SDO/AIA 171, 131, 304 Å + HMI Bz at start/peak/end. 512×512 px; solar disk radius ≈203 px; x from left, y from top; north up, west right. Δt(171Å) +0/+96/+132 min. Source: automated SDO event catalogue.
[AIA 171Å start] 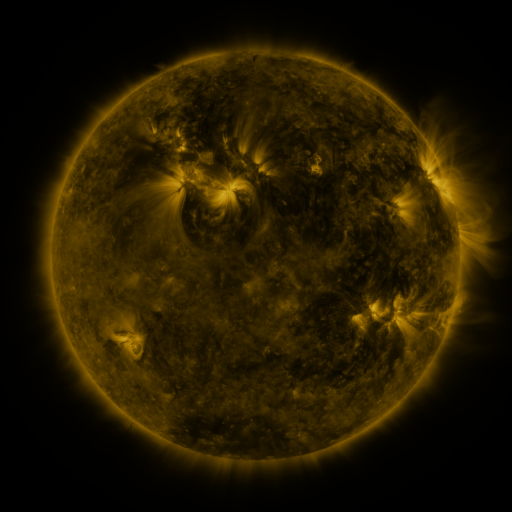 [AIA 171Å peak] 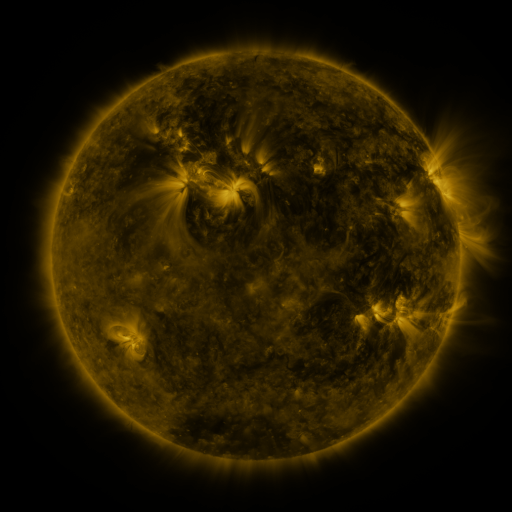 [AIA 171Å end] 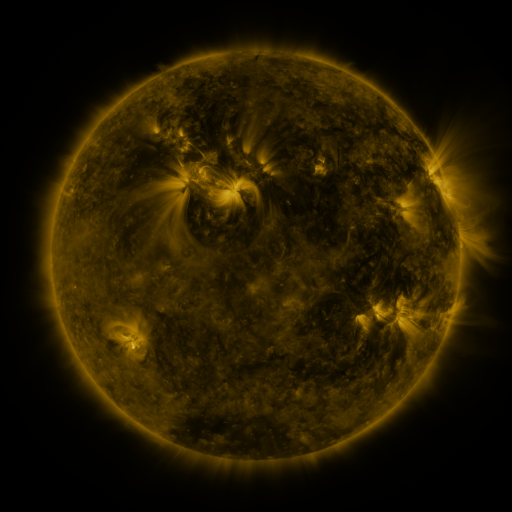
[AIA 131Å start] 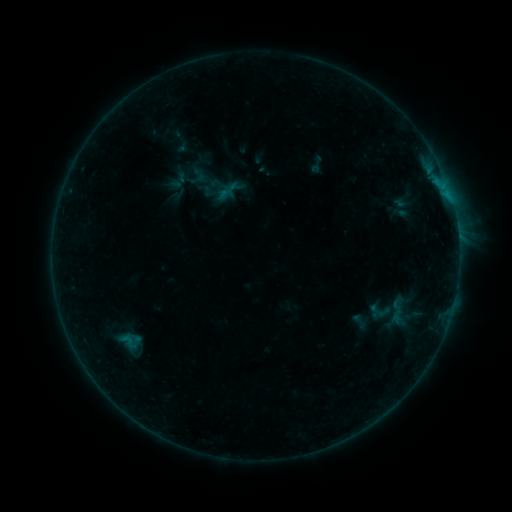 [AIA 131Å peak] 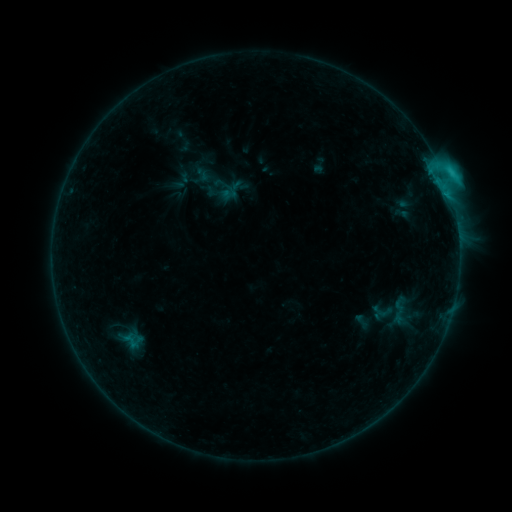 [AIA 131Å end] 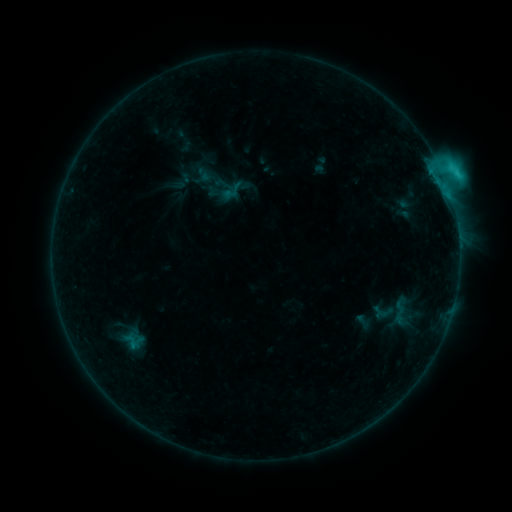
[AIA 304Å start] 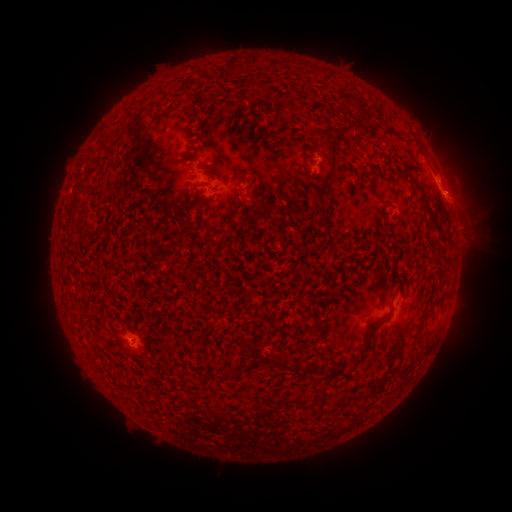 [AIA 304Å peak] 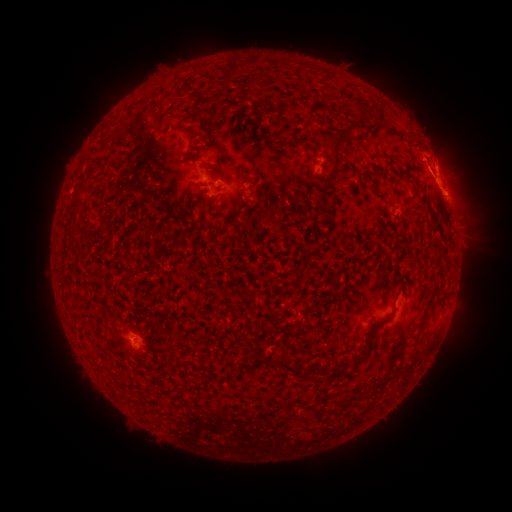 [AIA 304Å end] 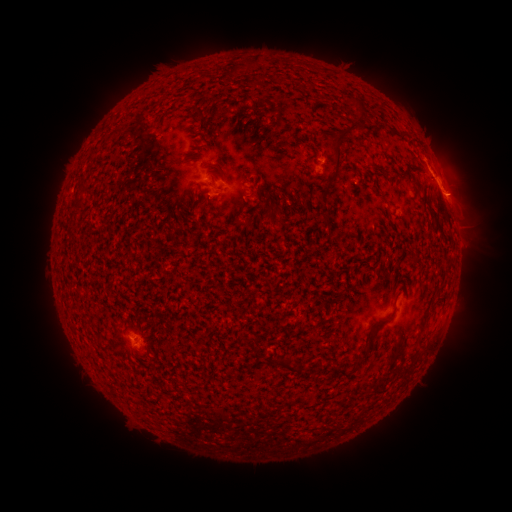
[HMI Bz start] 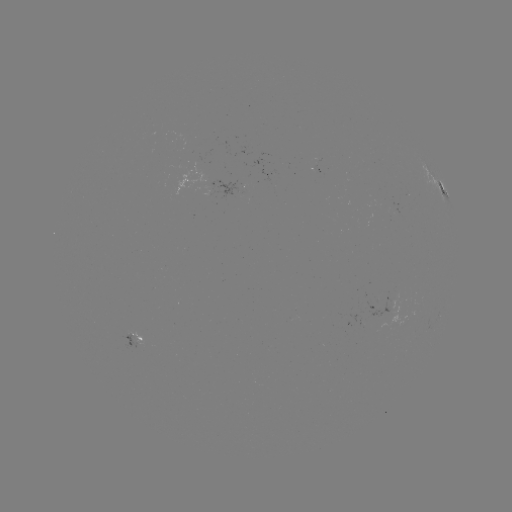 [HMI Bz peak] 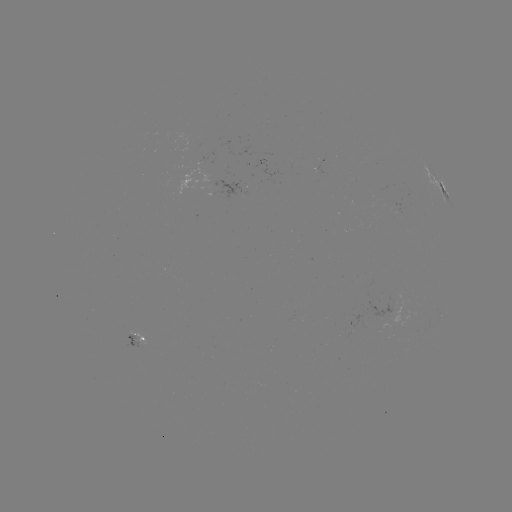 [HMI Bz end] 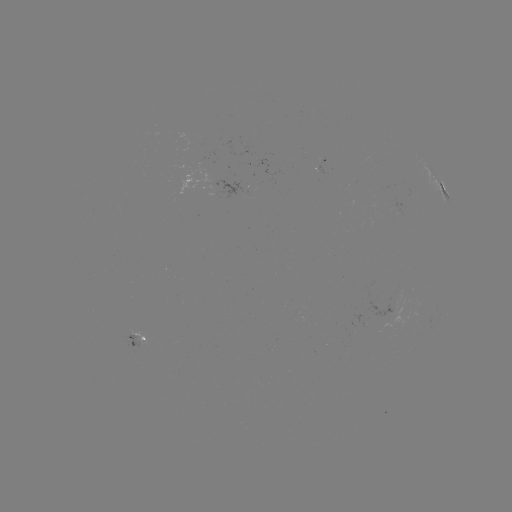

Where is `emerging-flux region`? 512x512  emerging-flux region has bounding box [120, 333, 143, 348].